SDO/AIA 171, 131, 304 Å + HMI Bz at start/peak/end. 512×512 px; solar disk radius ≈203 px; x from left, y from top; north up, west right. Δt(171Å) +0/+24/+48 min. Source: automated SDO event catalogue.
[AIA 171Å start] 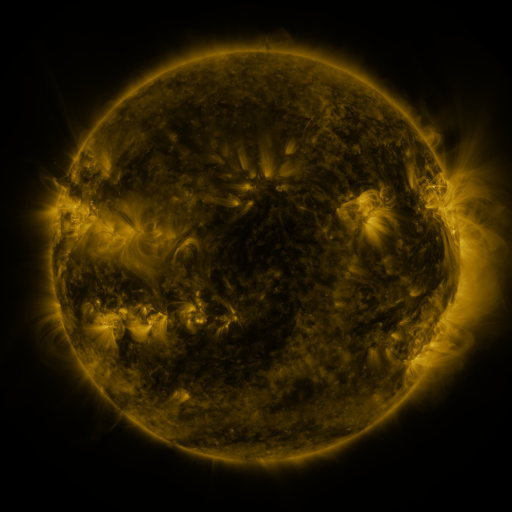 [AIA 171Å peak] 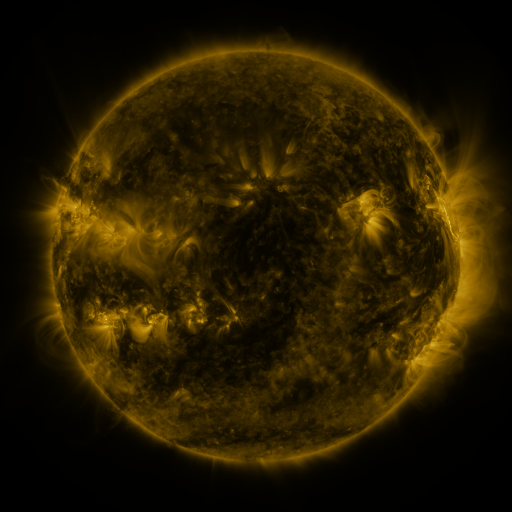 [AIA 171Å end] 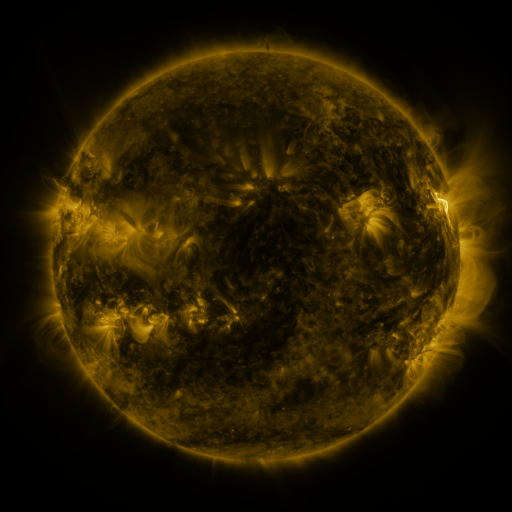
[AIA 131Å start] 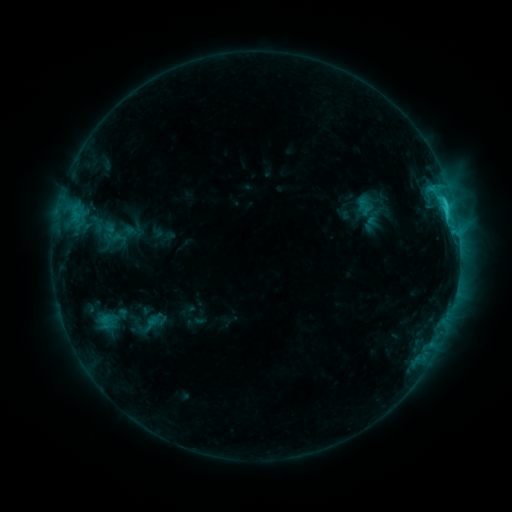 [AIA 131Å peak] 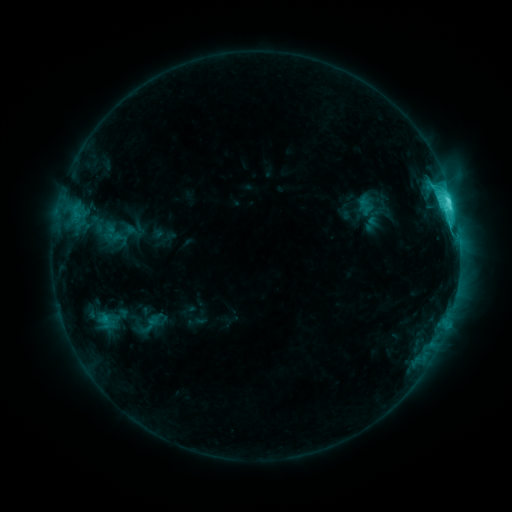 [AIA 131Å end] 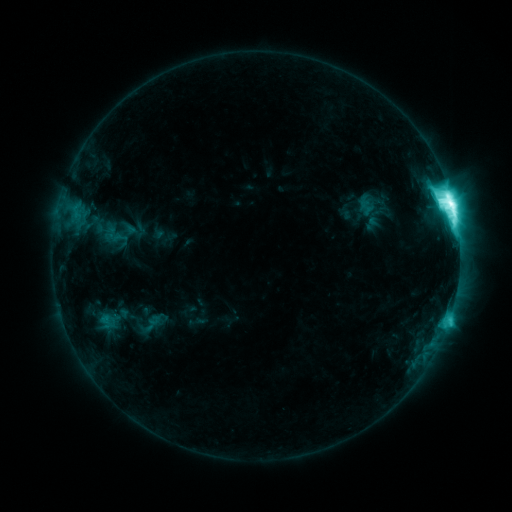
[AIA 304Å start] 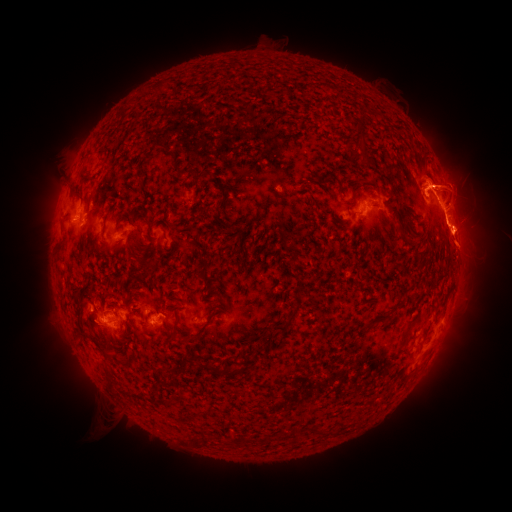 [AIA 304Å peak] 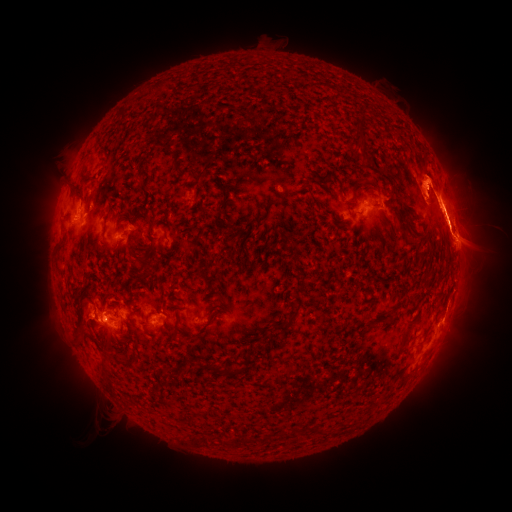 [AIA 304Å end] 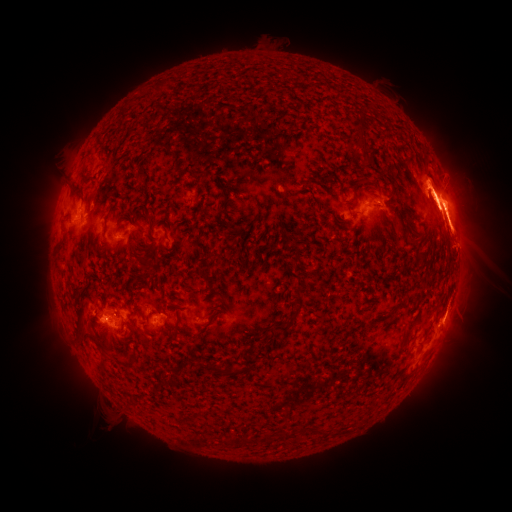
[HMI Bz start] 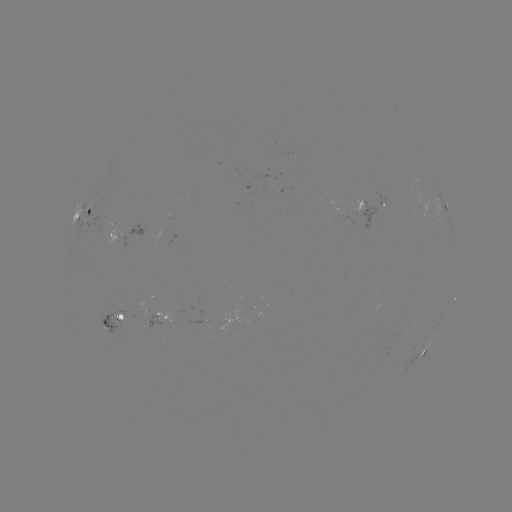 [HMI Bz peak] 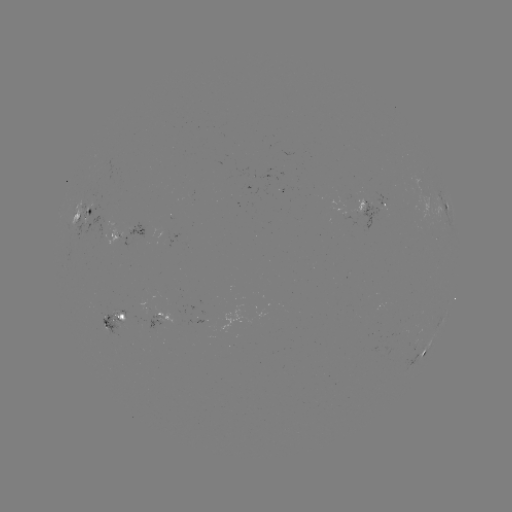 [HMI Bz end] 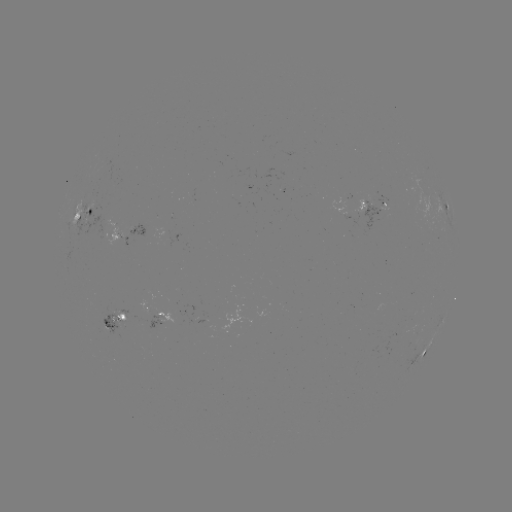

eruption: [368, 110, 511, 326]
